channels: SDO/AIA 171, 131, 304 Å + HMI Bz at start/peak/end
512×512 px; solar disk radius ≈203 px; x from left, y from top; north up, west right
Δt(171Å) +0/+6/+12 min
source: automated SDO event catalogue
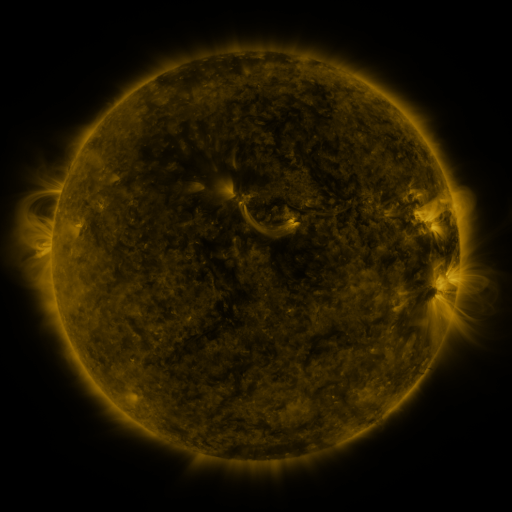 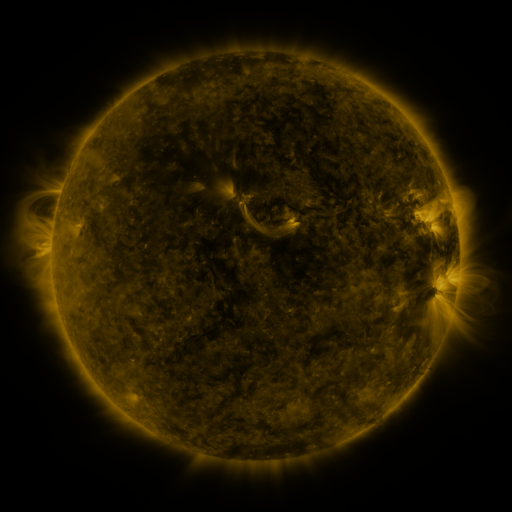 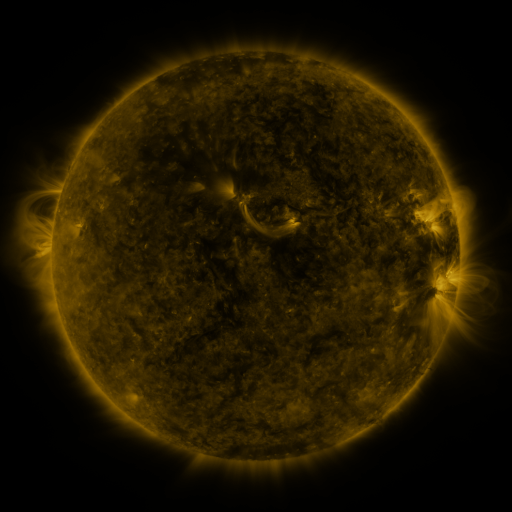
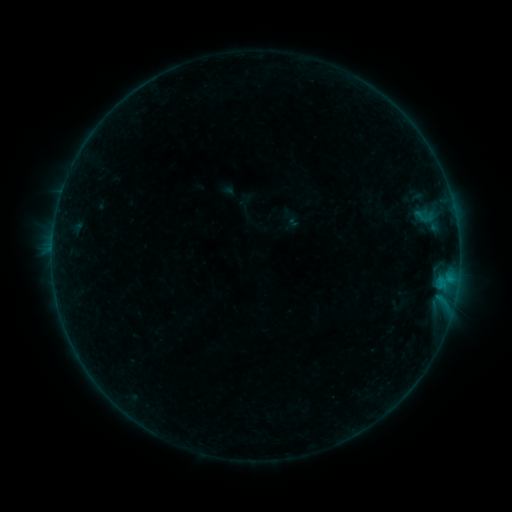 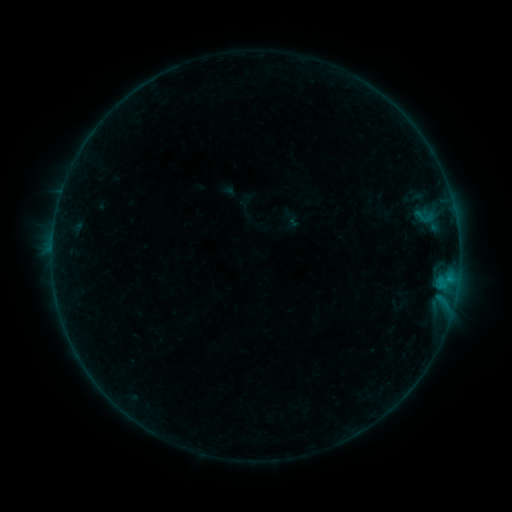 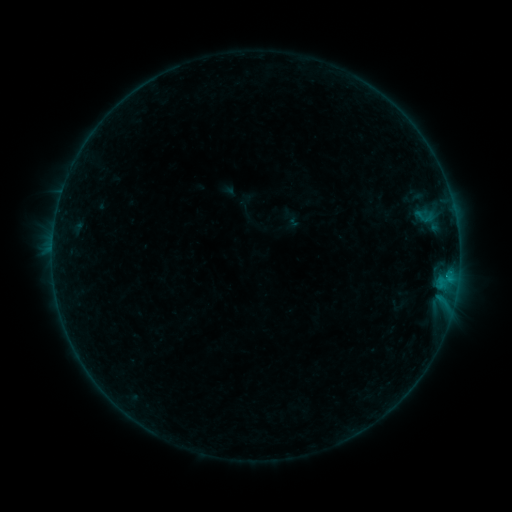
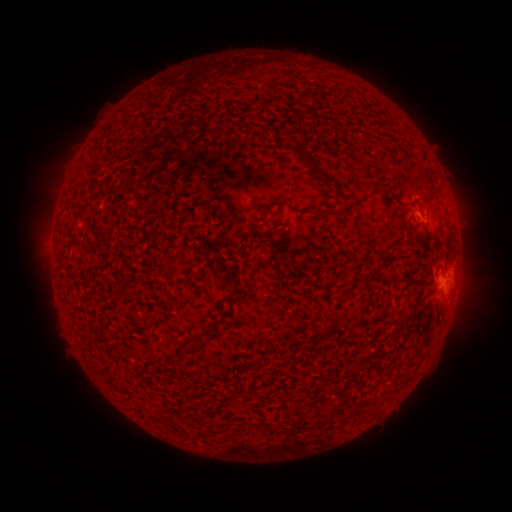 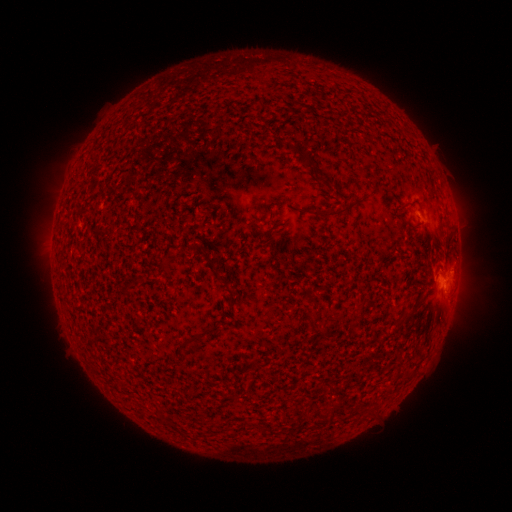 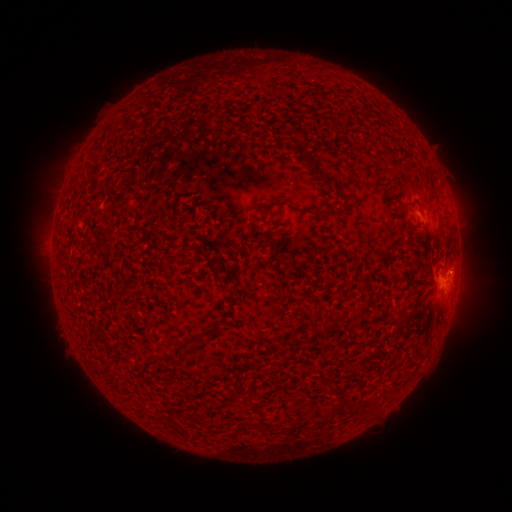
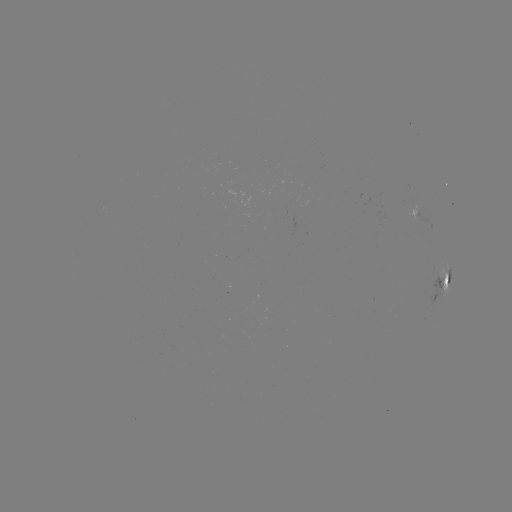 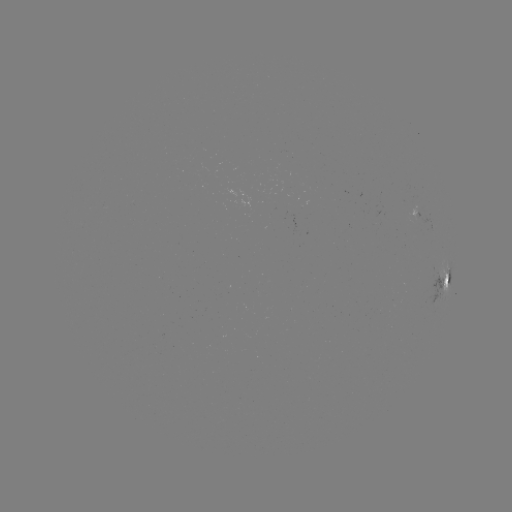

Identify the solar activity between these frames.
B4.7 flare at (445, 275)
